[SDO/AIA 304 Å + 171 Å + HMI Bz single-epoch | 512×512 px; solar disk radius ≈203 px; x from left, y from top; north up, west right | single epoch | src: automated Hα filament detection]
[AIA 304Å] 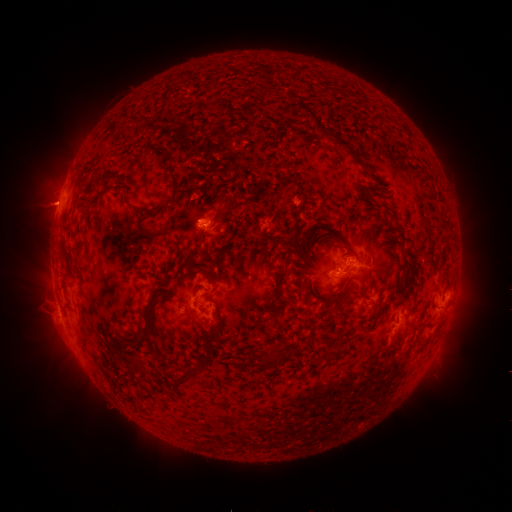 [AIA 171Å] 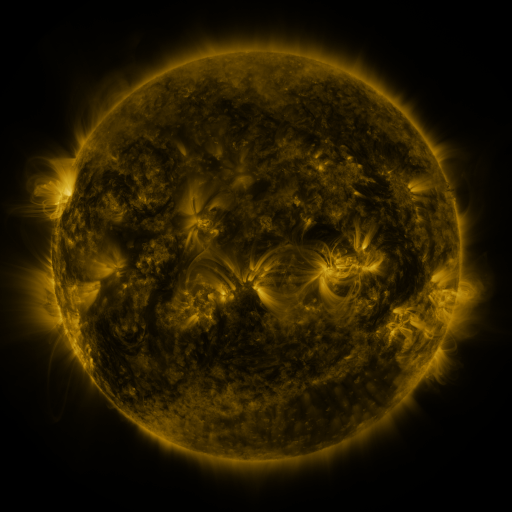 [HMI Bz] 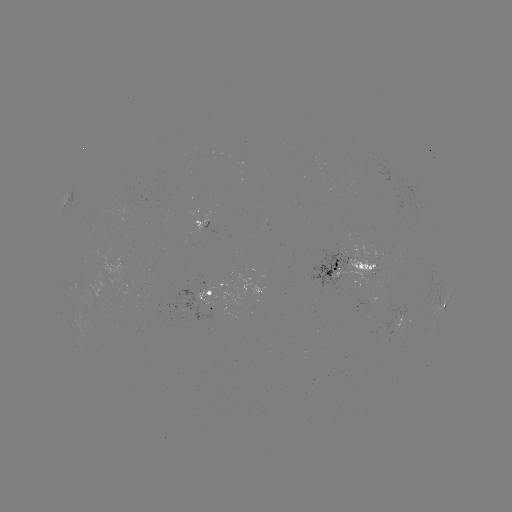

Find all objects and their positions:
filament: <bbox>292, 96, 358, 162</bbox>
filament: <bbox>152, 146, 176, 164</bbox>
filament: <bbox>166, 167, 178, 207</bbox>
filament: <bbox>88, 185, 98, 194</bbox>
filament: <bbox>382, 203, 404, 229</bbox>
filament: <bbox>130, 207, 162, 218</bbox>
filament: <bbox>216, 207, 228, 218</bbox>
filament: <bbox>279, 238, 307, 258</bbox>
filament: <bbox>60, 248, 68, 265</bbox>
filament: <bbox>183, 253, 195, 266</bbox>
filament: <bbox>270, 254, 291, 305</bbox>
filament: <bbox>294, 257, 306, 266</bbox>
filament: <bbox>203, 271, 214, 282</bbox>
filament: <bbox>155, 286, 170, 300</bbox>
filament: <bbox>345, 296, 354, 306</bbox>
filament: <bbox>129, 305, 154, 351</bbox>
filament: <bbox>206, 323, 221, 350</bbox>
filament: <bbox>326, 328, 343, 359</bbox>
filament: <bbox>271, 350, 282, 359</bbox>
filament: <bbox>258, 352, 281, 368</bbox>
filament: <bbox>185, 365, 201, 377</bbox>
